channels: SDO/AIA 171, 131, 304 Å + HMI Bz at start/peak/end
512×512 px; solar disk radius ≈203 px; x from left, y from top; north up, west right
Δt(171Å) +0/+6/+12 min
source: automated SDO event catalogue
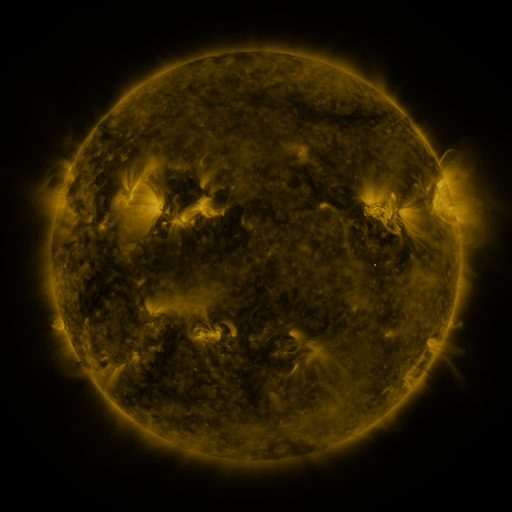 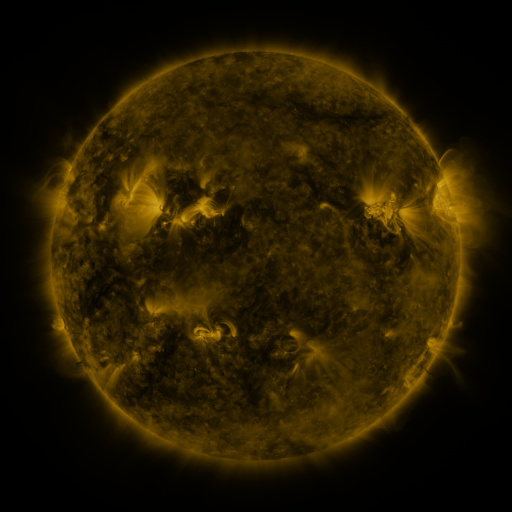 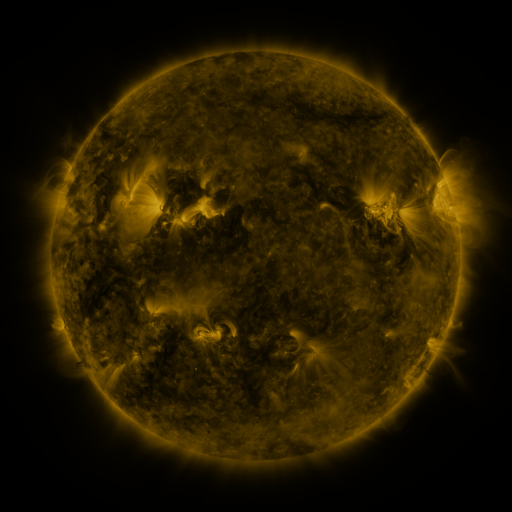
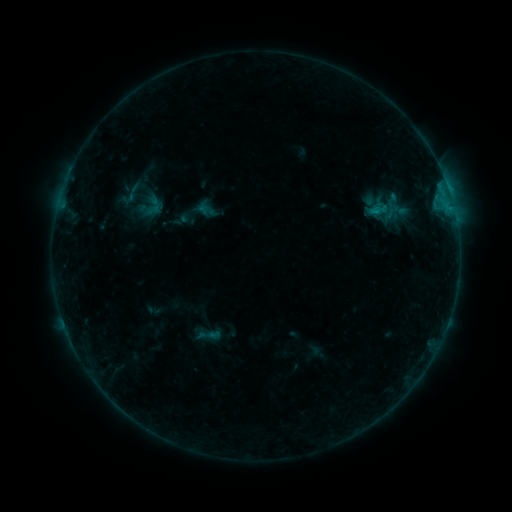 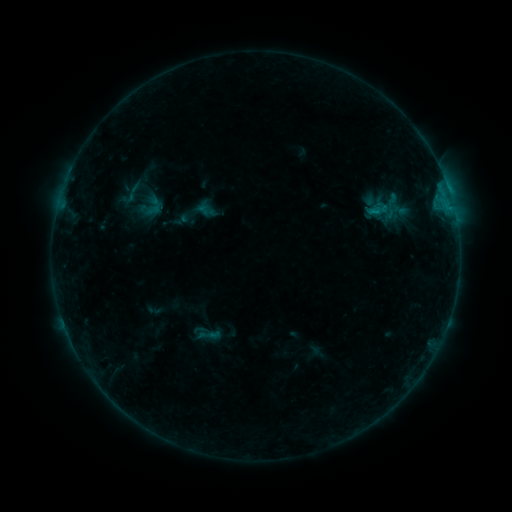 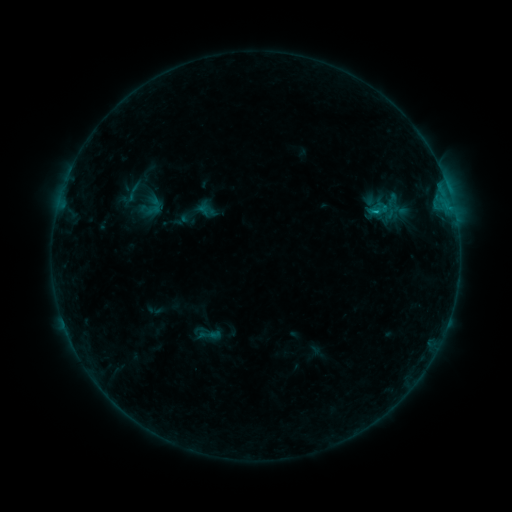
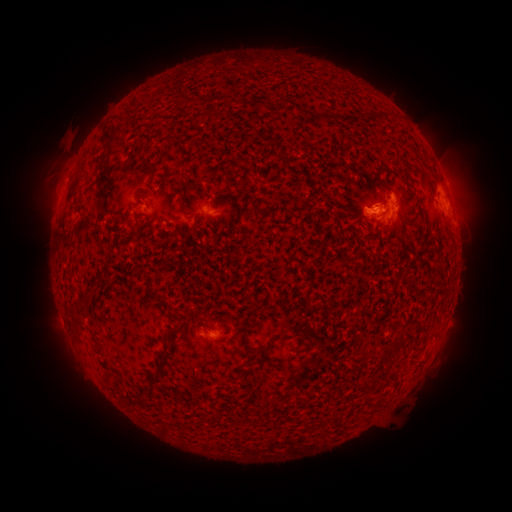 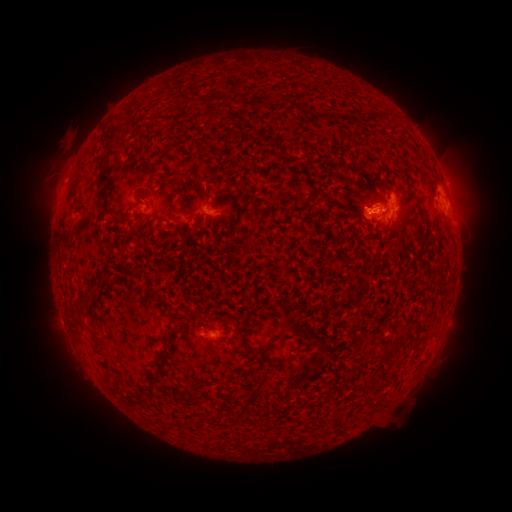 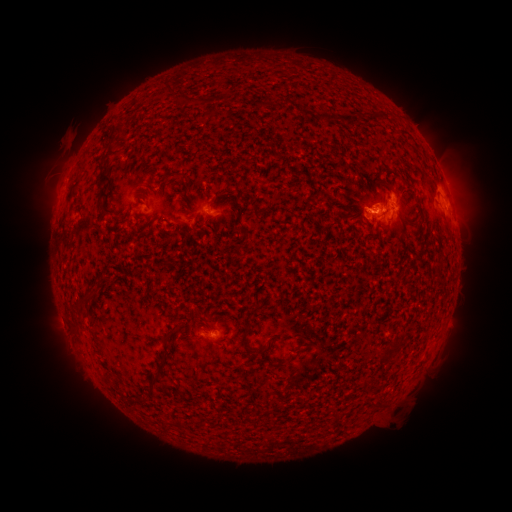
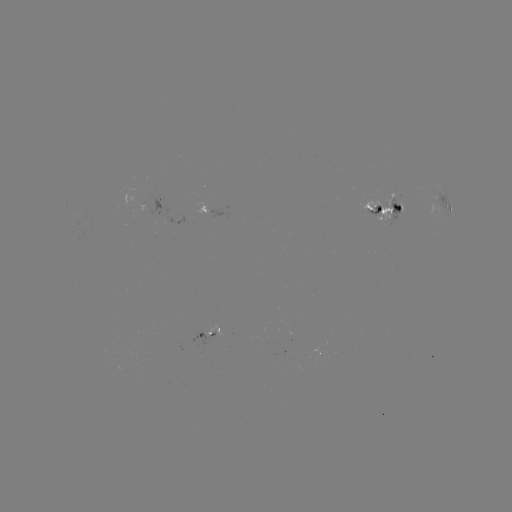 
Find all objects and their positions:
B9.2 flare: (450, 197)
